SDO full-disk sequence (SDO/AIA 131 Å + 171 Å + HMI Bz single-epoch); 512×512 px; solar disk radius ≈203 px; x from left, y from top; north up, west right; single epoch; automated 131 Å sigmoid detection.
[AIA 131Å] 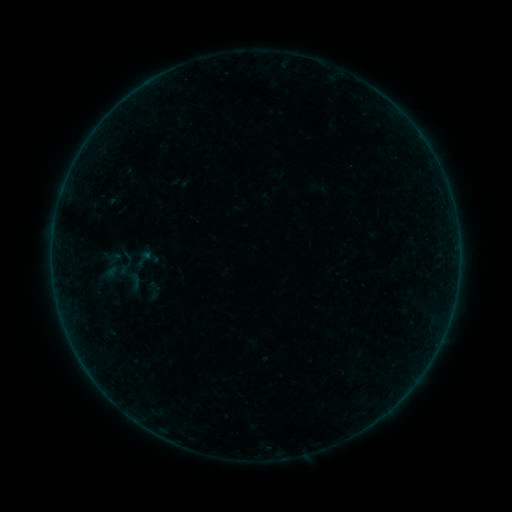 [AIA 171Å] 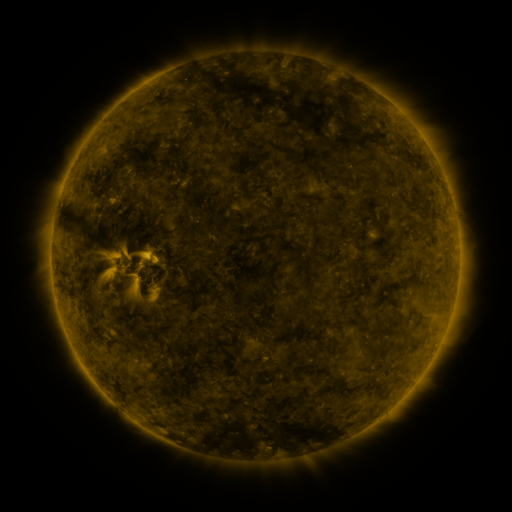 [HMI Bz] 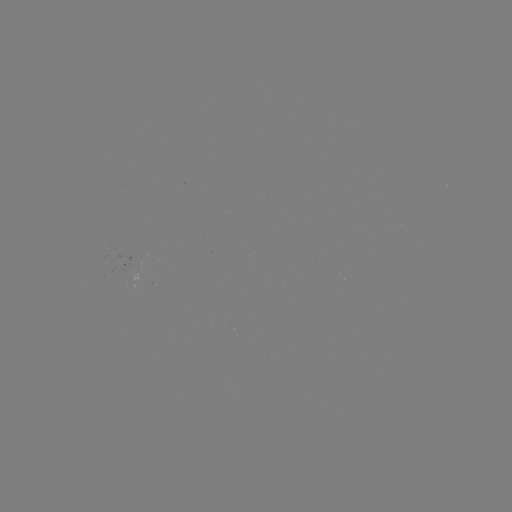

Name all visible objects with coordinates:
sigmoid: <bbox>134, 249, 154, 267</bbox>
sigmoid: <bbox>111, 261, 146, 290</bbox>
